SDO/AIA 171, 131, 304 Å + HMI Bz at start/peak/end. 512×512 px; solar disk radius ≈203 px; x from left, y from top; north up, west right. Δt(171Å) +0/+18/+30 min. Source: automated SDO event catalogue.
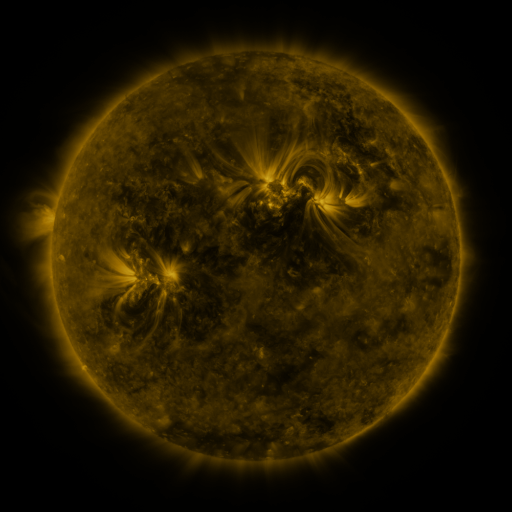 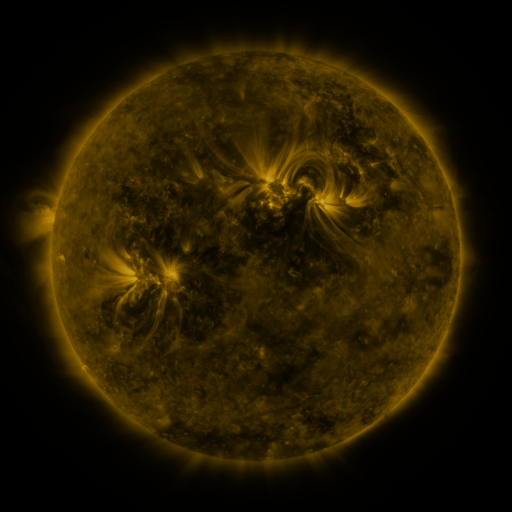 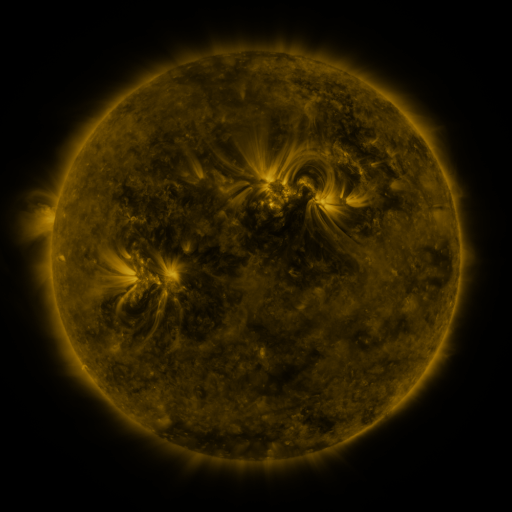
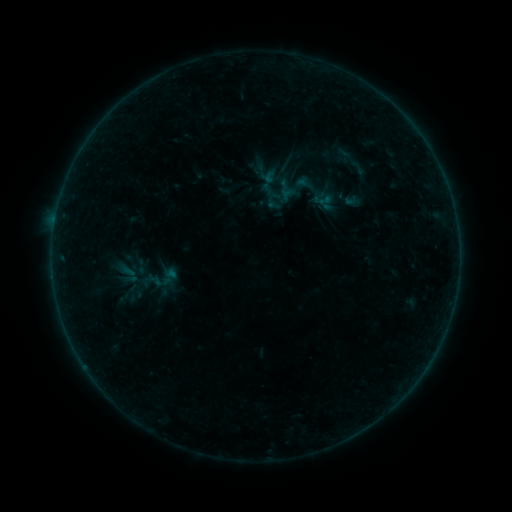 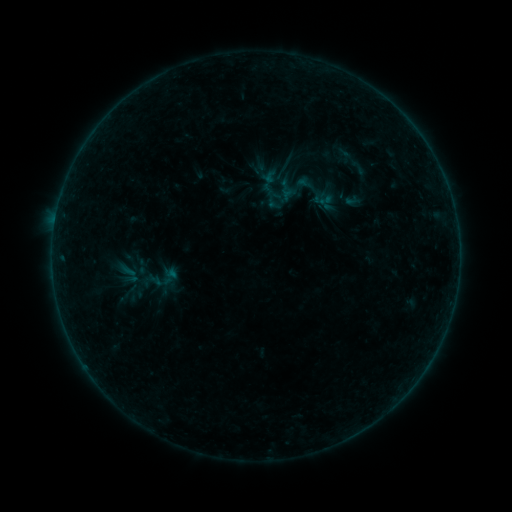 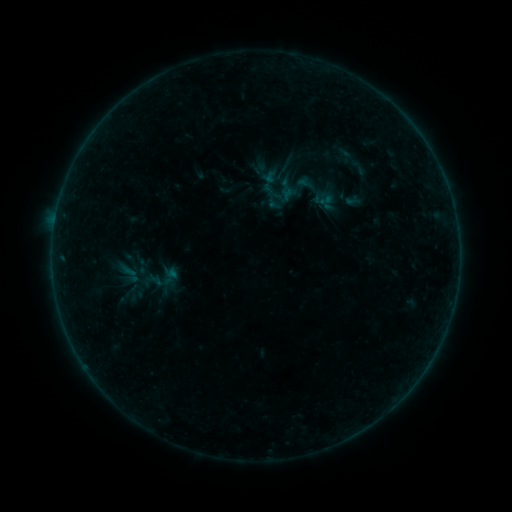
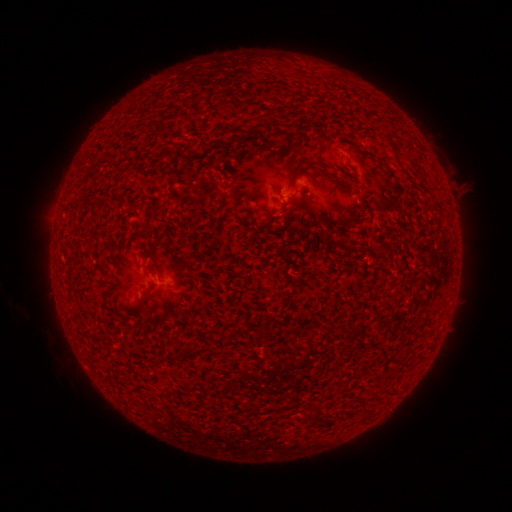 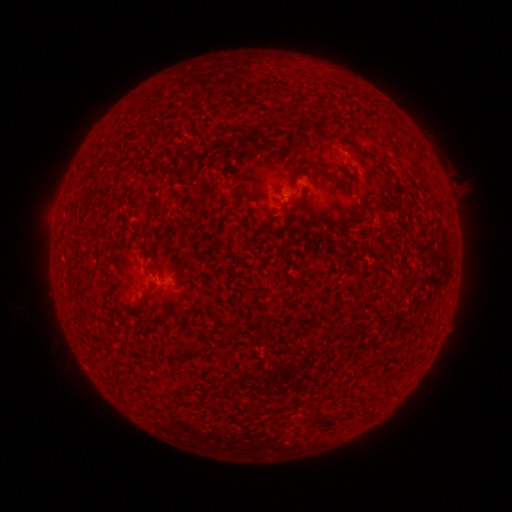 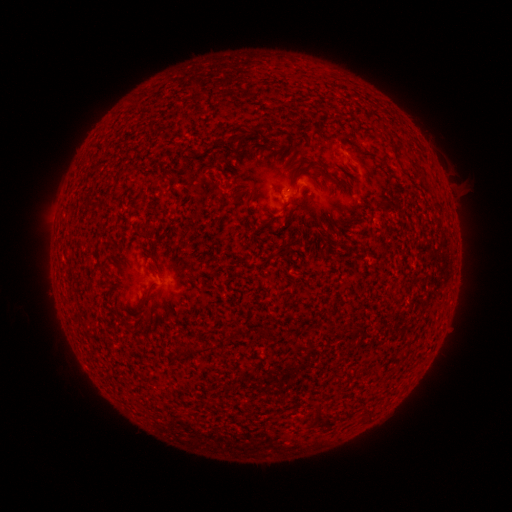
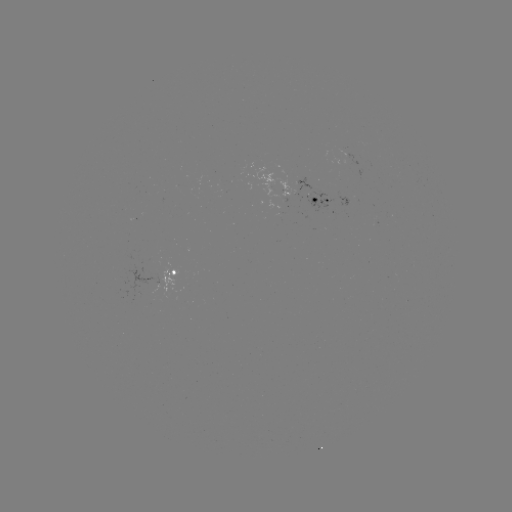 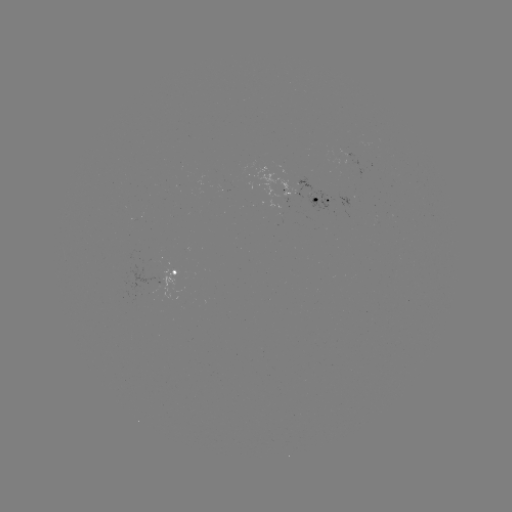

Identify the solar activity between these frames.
nothing was catalogued: no classed flare, no EUV trigger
